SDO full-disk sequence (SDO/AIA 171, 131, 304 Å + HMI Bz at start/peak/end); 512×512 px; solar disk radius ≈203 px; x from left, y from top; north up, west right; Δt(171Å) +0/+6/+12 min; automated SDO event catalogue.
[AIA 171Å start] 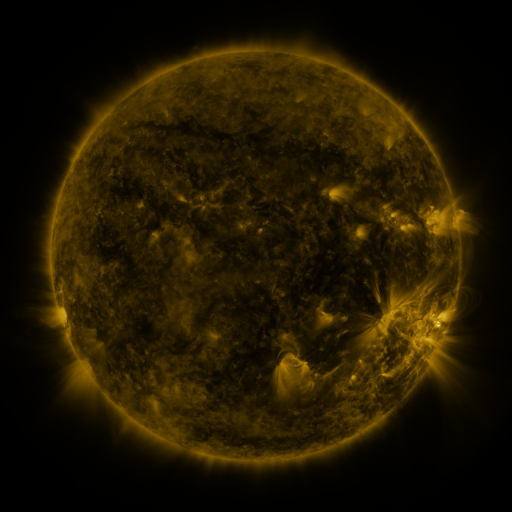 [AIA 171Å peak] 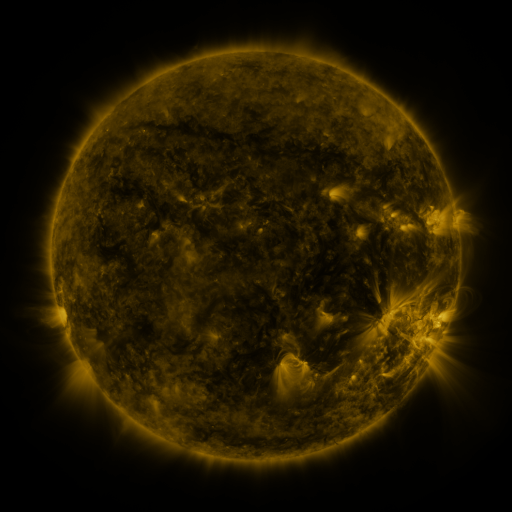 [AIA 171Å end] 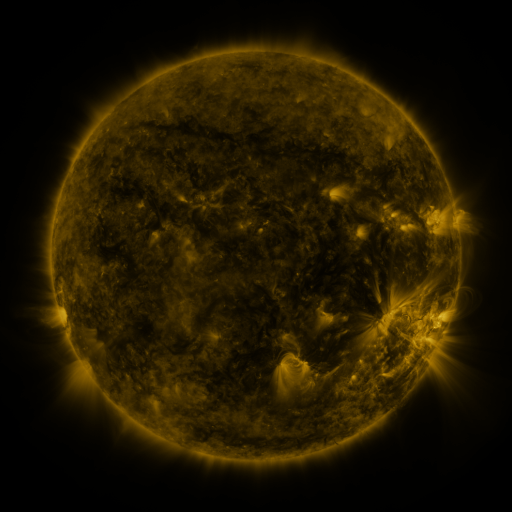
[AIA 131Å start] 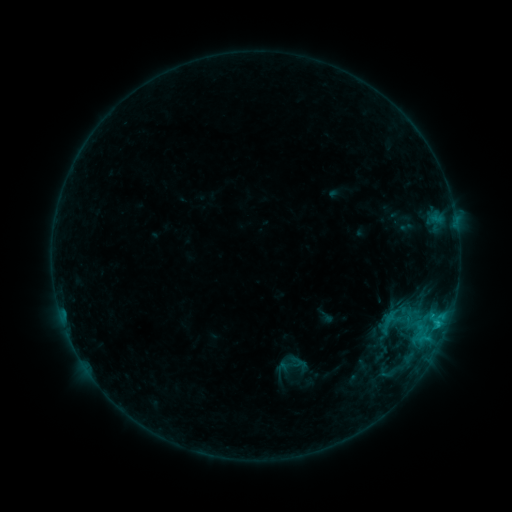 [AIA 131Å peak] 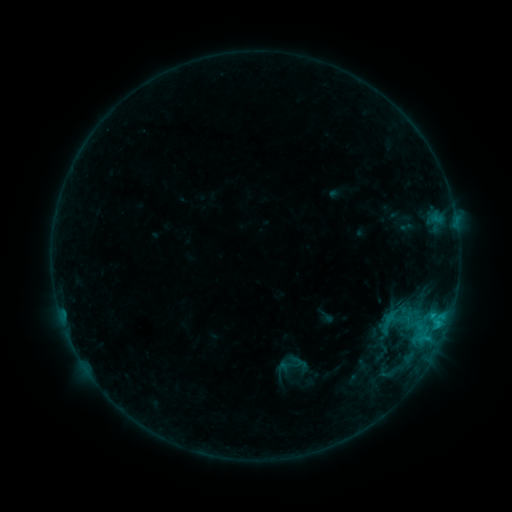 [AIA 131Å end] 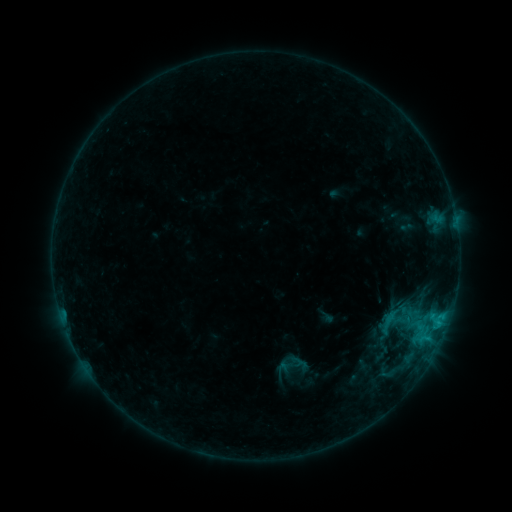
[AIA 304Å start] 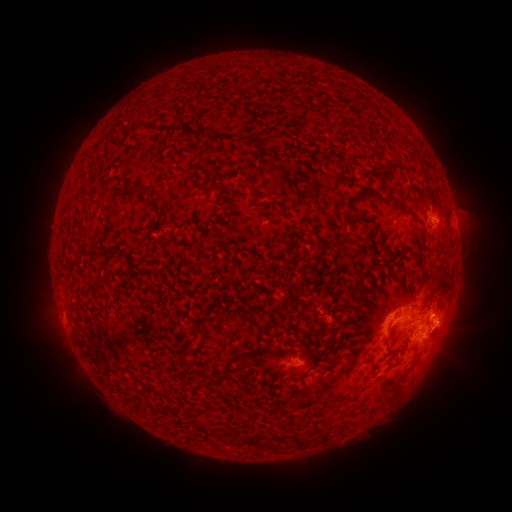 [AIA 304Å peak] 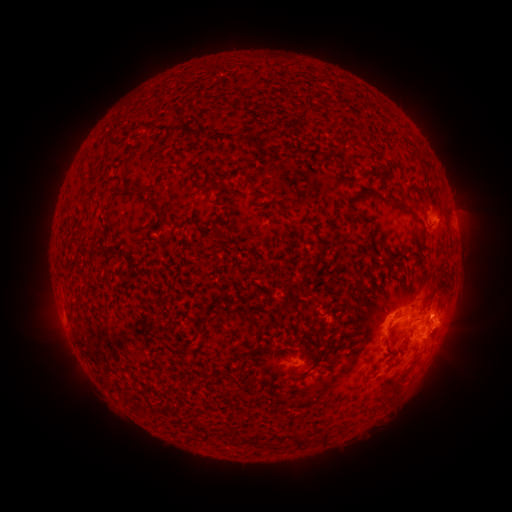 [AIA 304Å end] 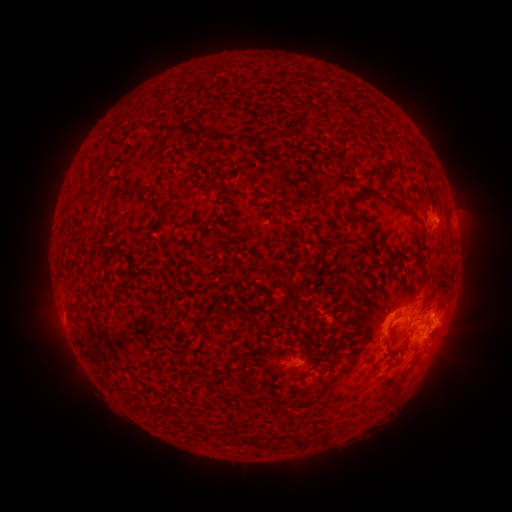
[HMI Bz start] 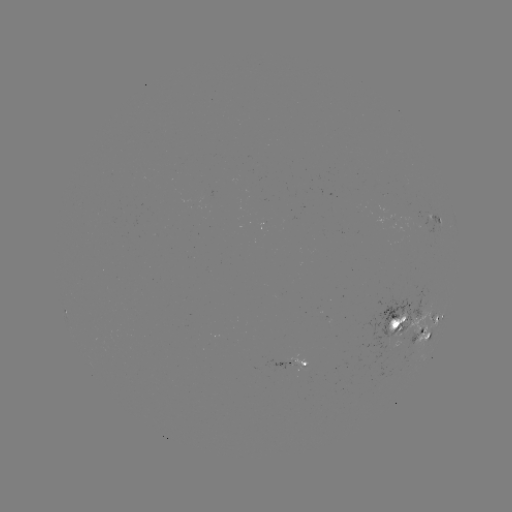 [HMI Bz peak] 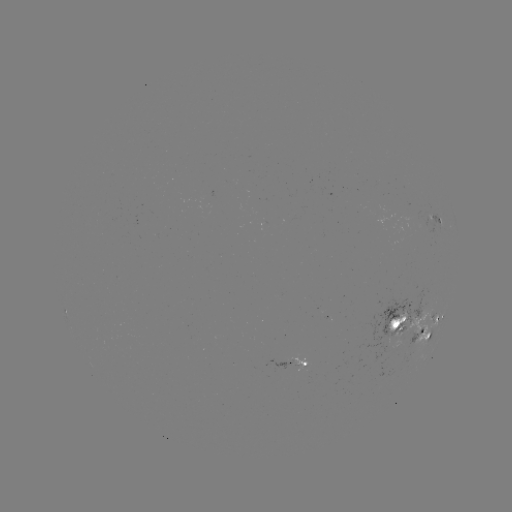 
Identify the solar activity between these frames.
C1.4 flare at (432, 315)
